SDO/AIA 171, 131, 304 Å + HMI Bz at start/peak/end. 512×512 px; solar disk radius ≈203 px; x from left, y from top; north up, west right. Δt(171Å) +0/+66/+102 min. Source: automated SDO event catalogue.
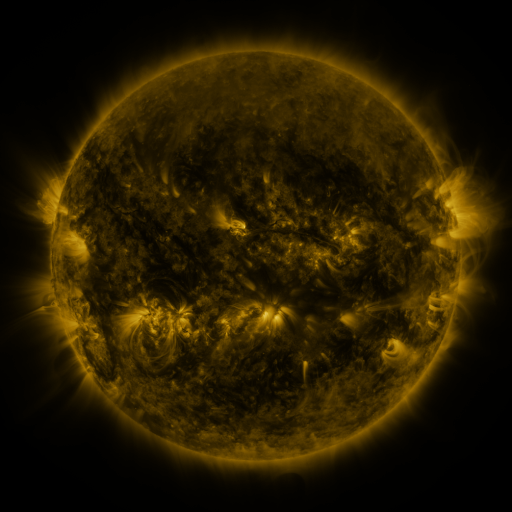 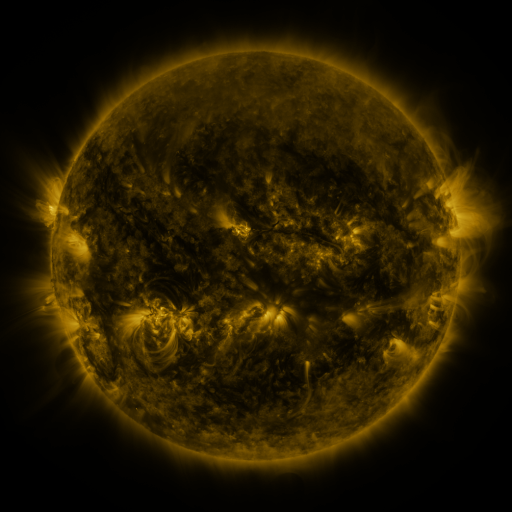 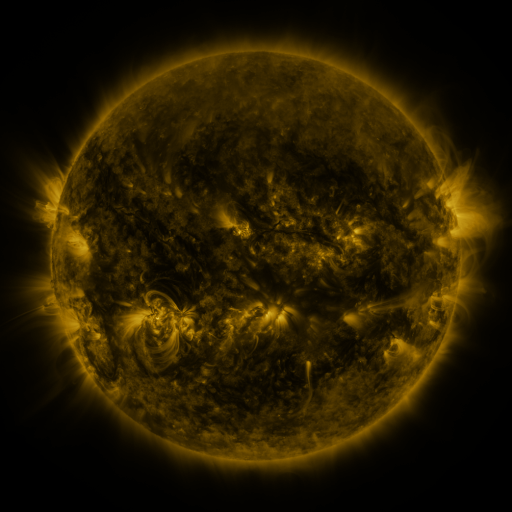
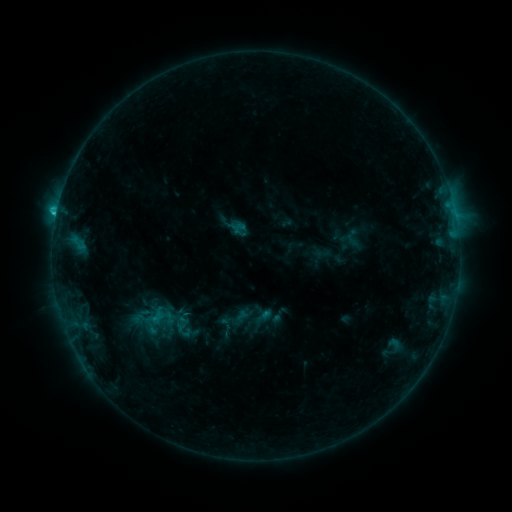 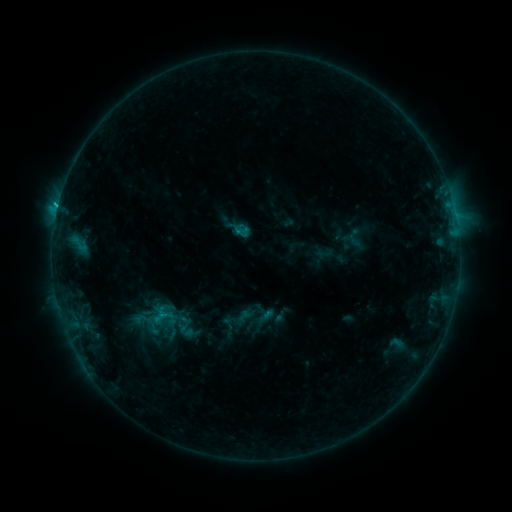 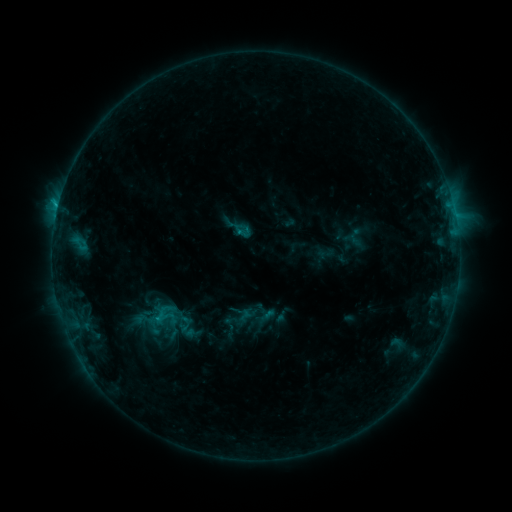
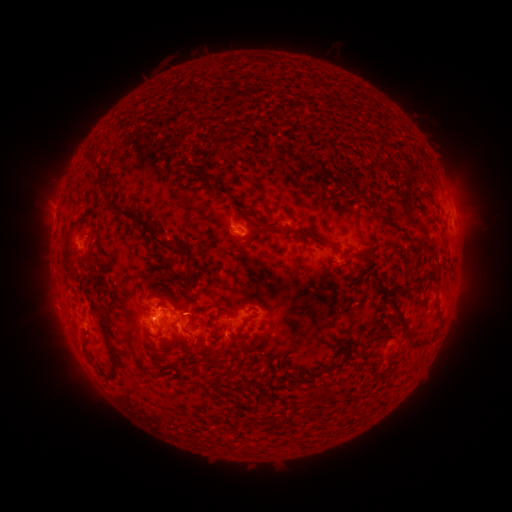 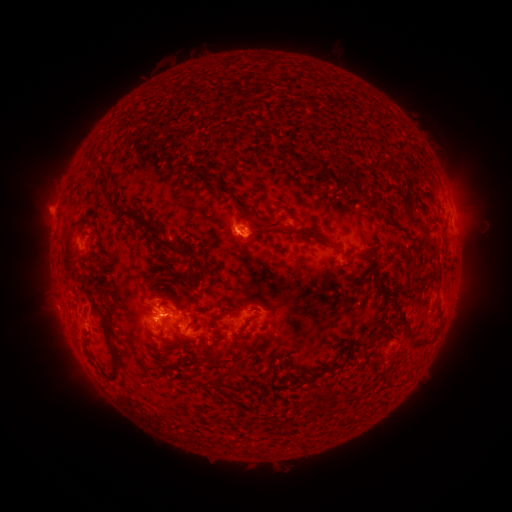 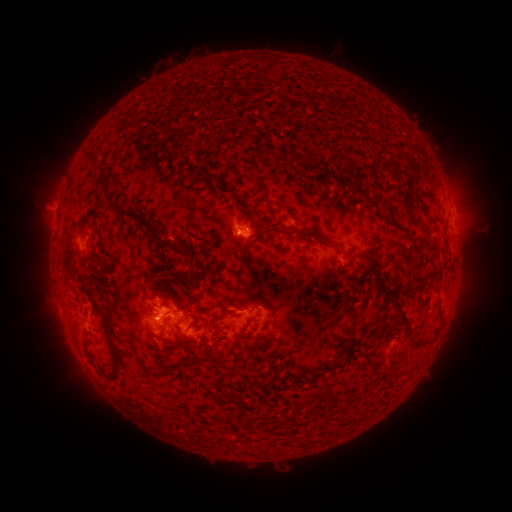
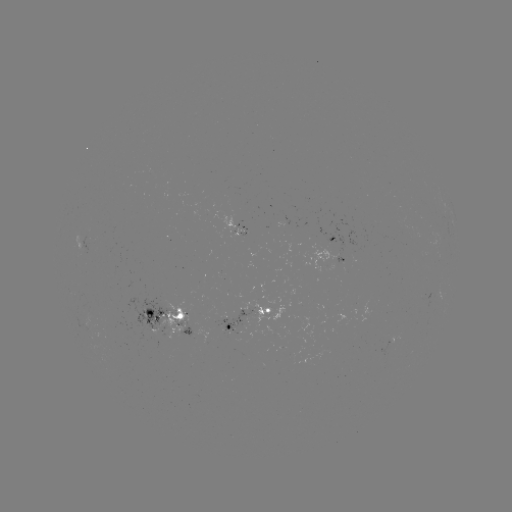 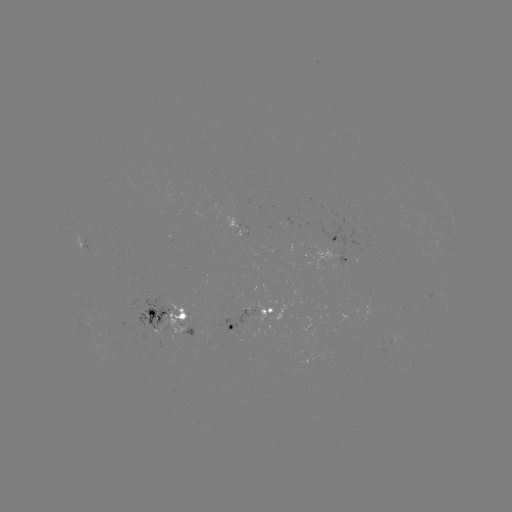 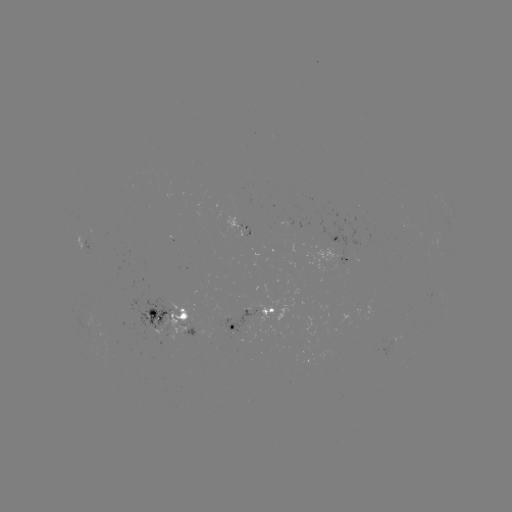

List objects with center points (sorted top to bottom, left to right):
emerging-flux region: (233, 327)
